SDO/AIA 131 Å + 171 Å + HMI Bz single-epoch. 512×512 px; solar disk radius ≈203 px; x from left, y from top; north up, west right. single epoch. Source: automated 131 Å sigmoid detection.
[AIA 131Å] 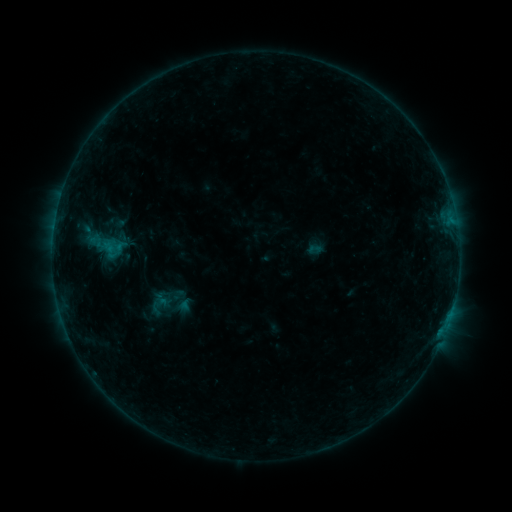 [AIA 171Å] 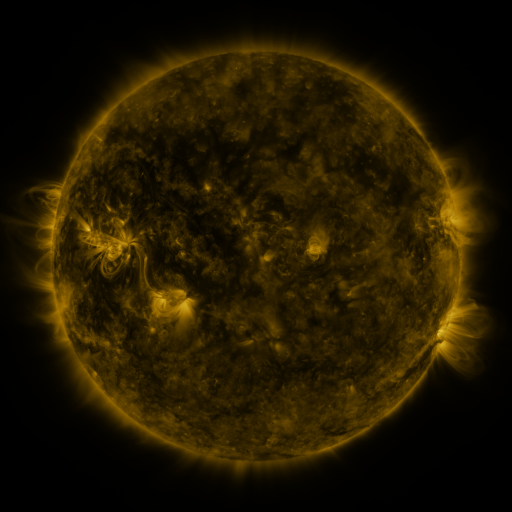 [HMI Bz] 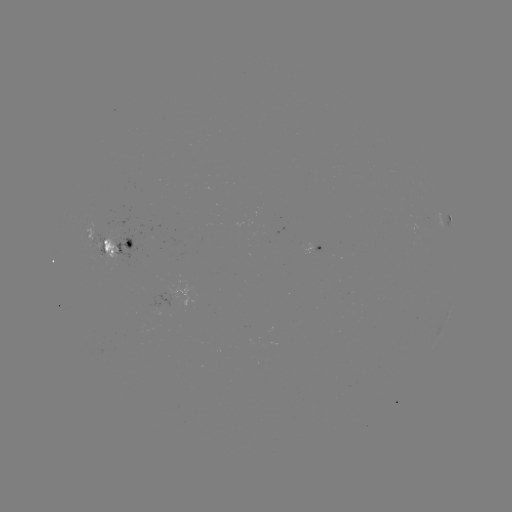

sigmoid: [82, 217, 128, 275]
